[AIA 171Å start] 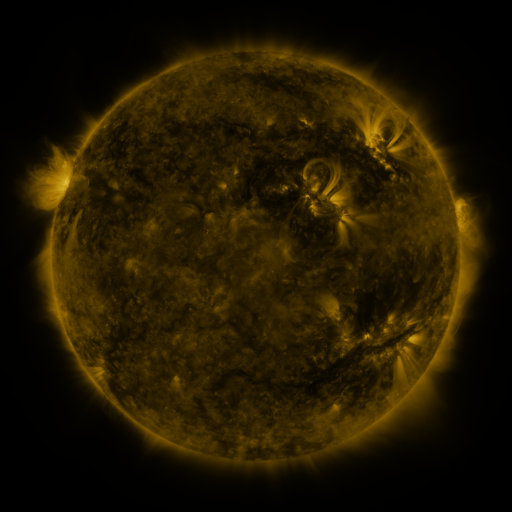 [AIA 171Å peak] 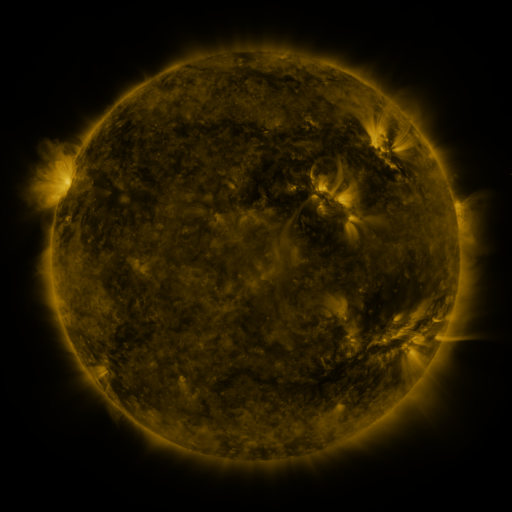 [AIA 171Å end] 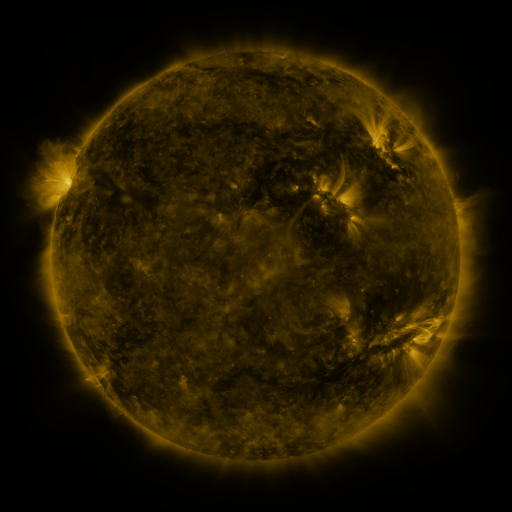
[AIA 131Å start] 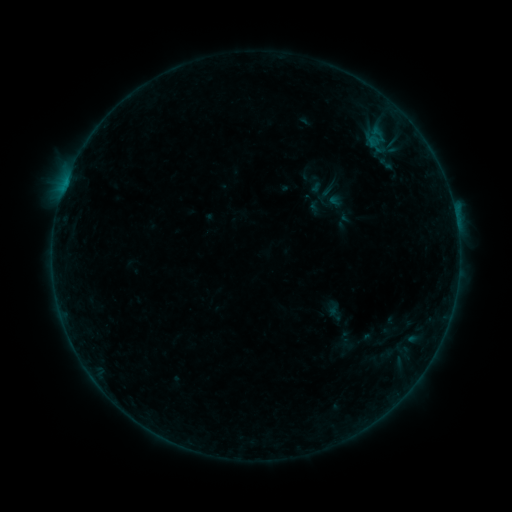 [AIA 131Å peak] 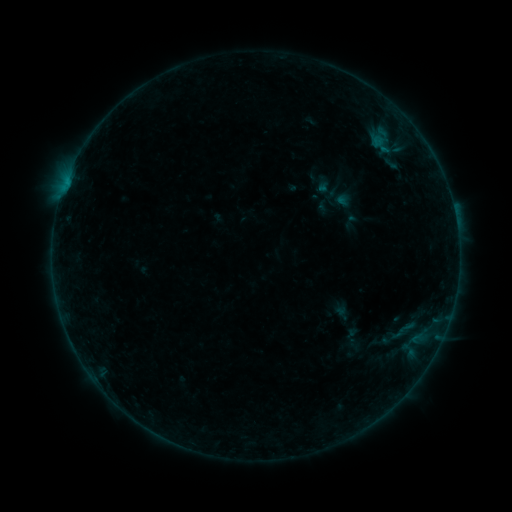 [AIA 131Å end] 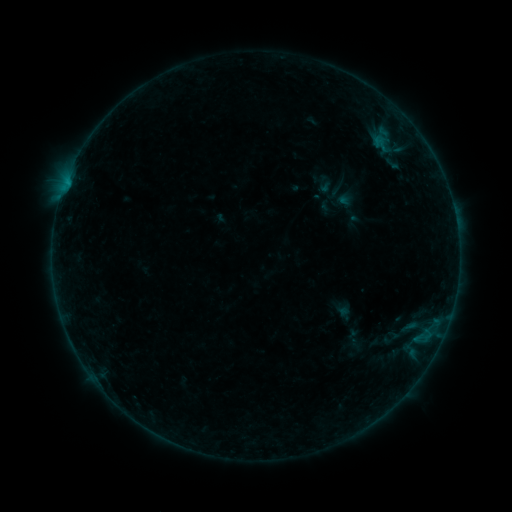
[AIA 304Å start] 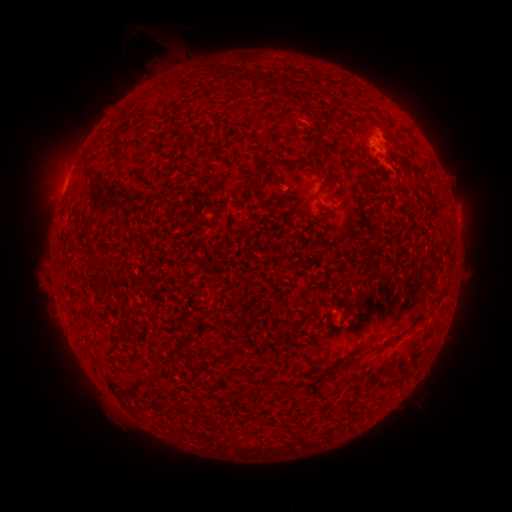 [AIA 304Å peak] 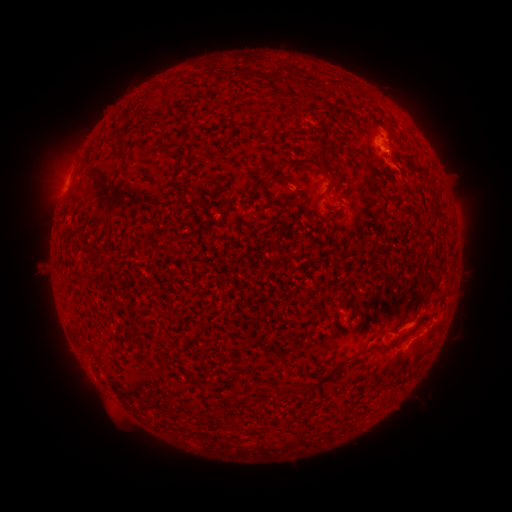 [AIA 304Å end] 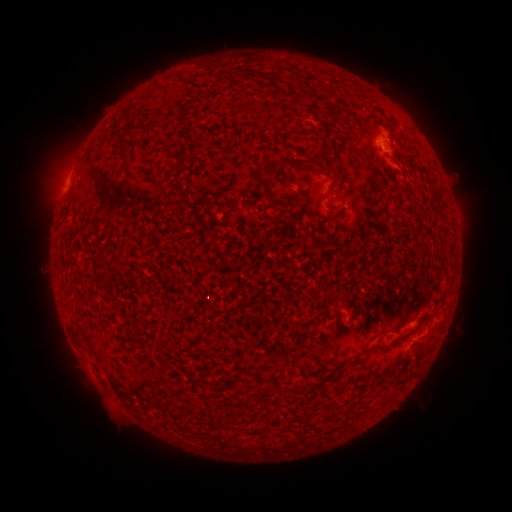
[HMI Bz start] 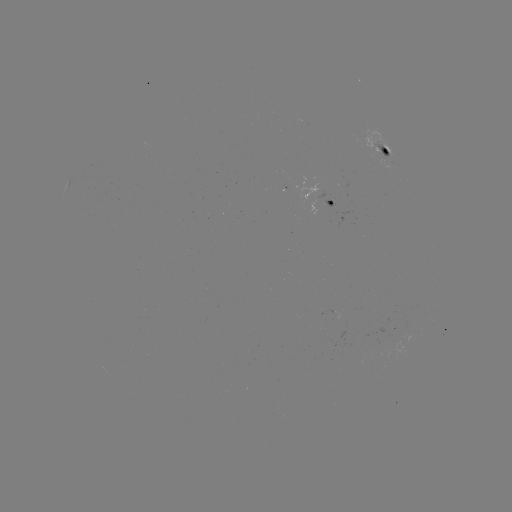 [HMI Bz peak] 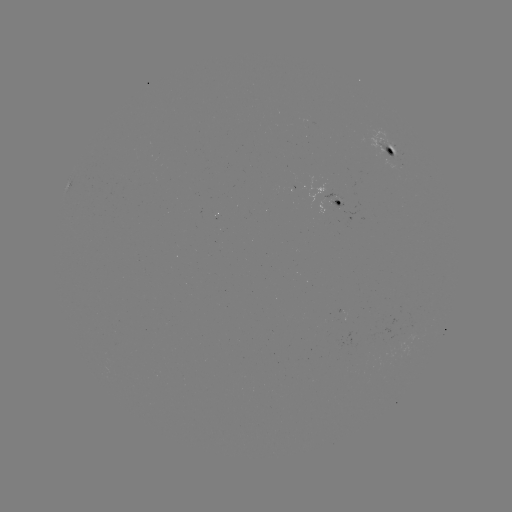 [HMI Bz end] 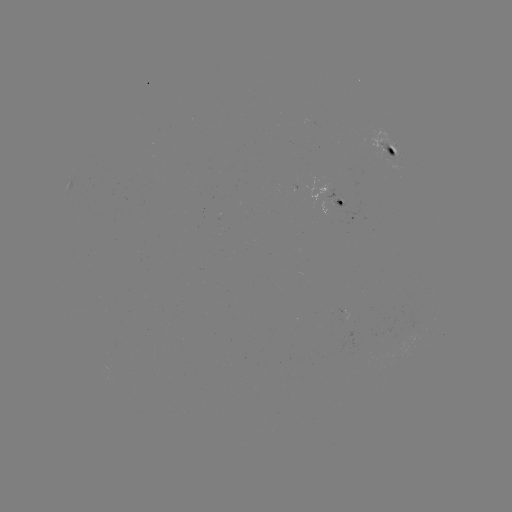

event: flare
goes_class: B4.2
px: (425, 338)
